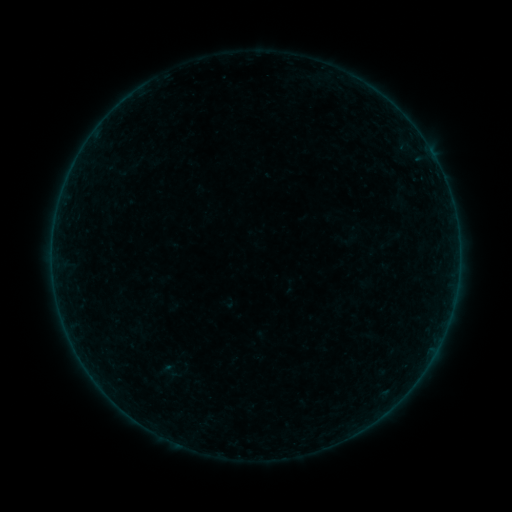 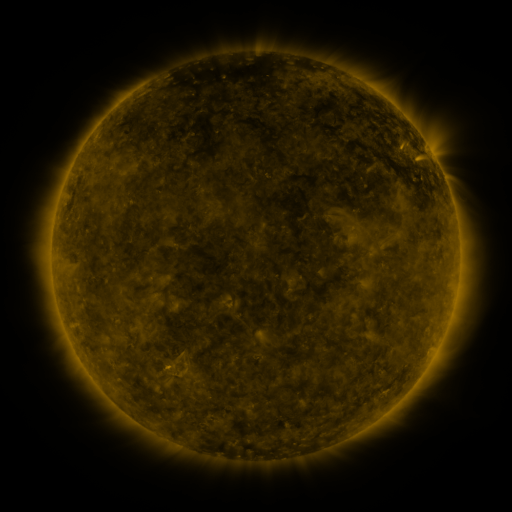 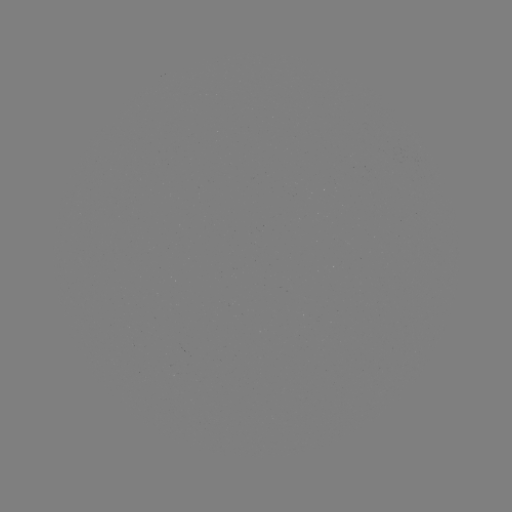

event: sigmoid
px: (170, 371)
